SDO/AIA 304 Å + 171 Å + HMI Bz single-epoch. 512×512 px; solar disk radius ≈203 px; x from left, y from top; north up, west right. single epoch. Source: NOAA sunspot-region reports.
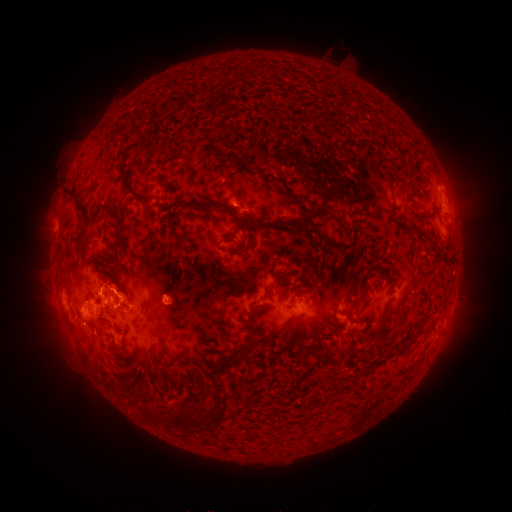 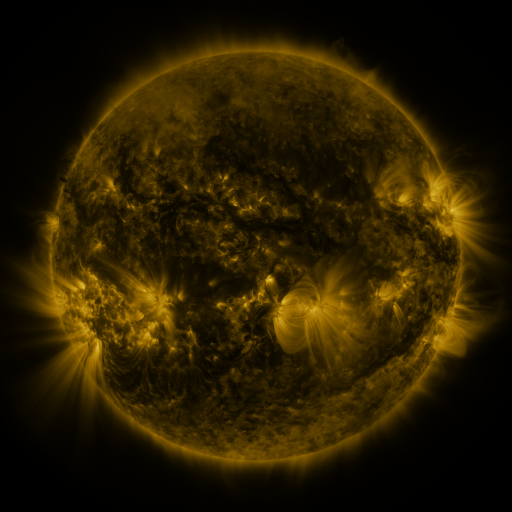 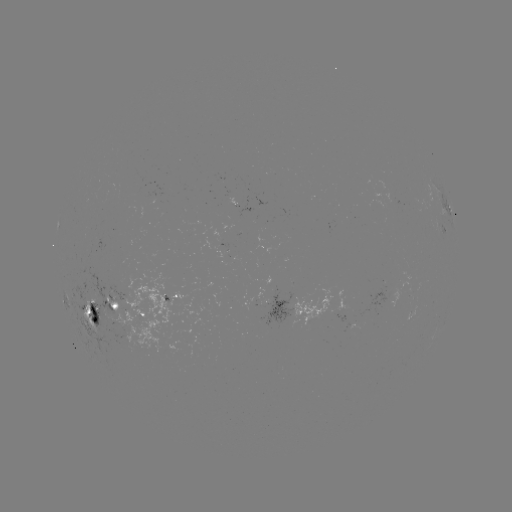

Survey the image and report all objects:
spotted active region: (449, 208)
spotted active region: (249, 209)
spotted active region: (445, 231)
spotted active region: (167, 296)
spotted active region: (290, 307)
spotted active region: (116, 315)
